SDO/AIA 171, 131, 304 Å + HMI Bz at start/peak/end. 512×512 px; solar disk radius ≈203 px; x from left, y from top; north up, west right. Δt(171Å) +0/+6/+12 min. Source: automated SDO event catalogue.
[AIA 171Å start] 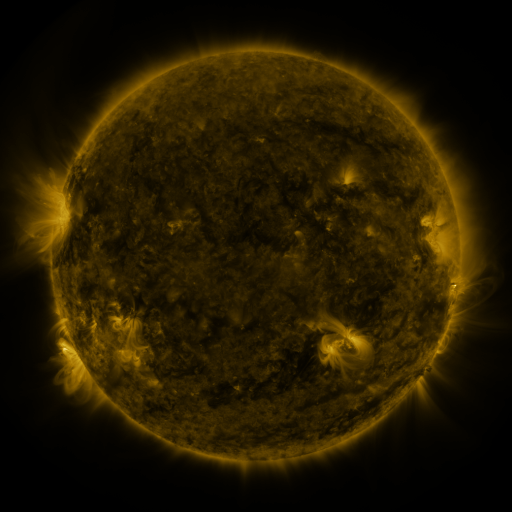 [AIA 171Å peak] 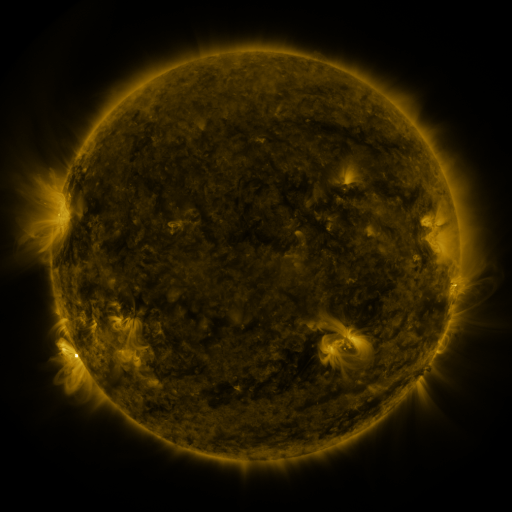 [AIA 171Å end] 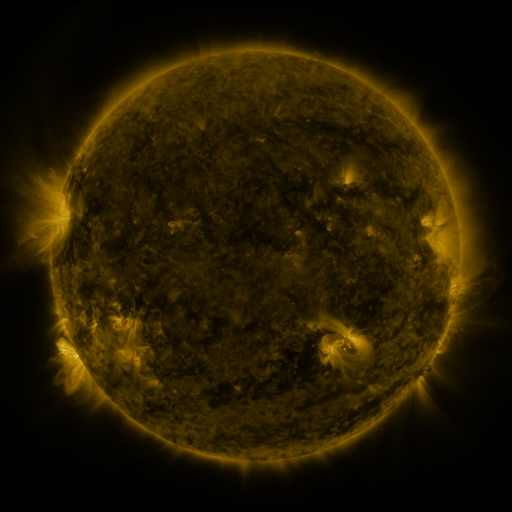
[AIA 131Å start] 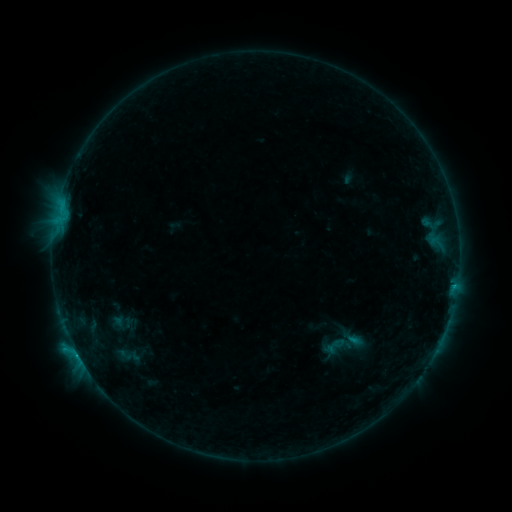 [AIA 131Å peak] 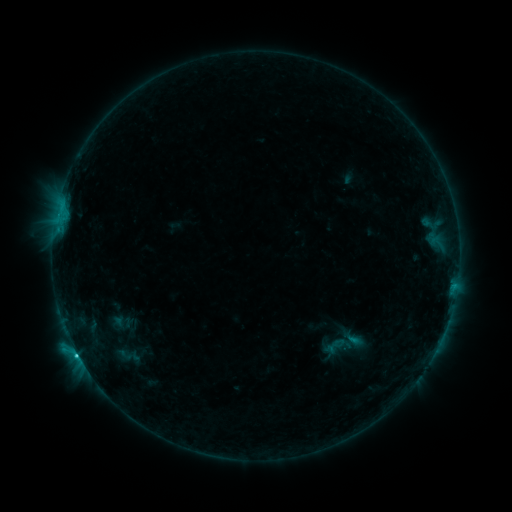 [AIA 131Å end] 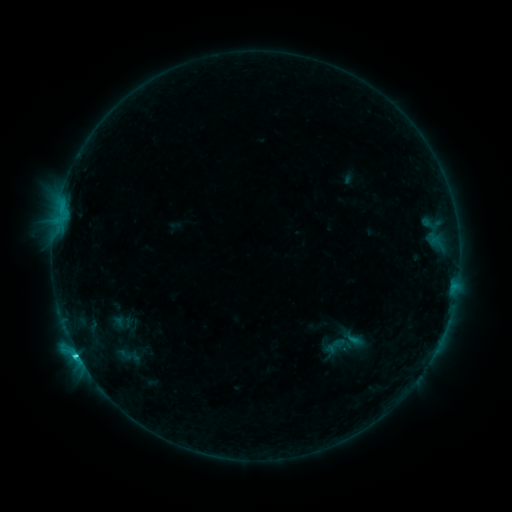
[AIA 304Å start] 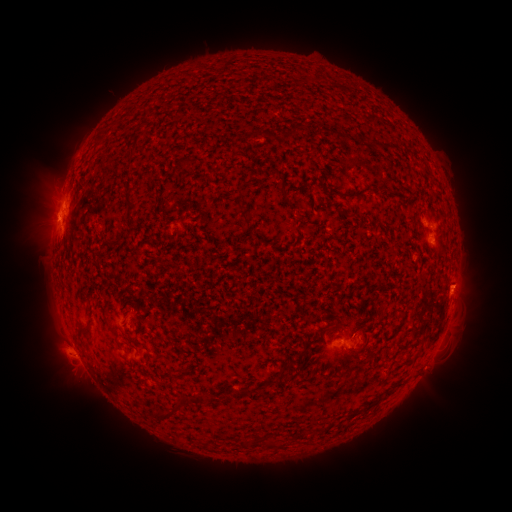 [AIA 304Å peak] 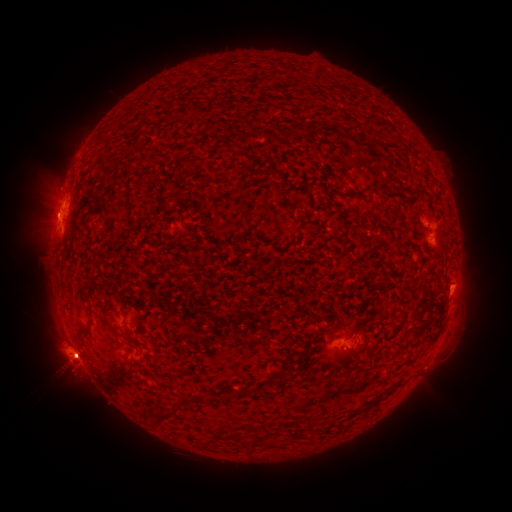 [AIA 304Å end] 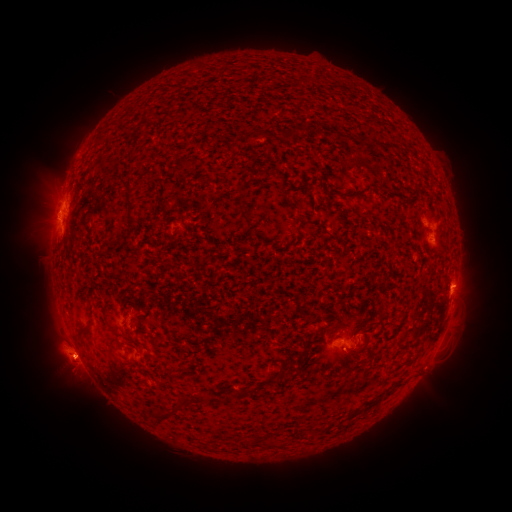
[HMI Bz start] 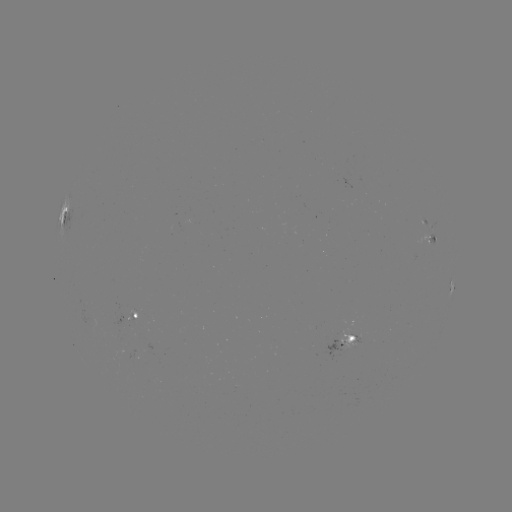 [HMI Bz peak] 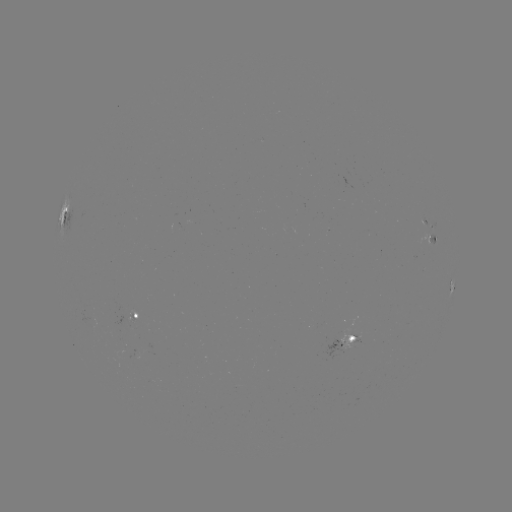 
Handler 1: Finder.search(C2.6 flare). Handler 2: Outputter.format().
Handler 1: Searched C2.6 flare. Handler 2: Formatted [77, 352].